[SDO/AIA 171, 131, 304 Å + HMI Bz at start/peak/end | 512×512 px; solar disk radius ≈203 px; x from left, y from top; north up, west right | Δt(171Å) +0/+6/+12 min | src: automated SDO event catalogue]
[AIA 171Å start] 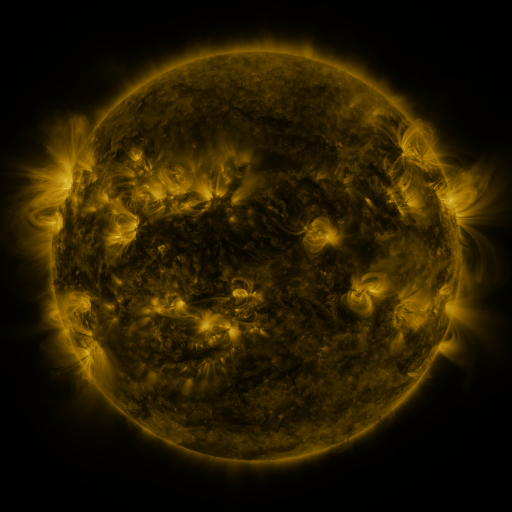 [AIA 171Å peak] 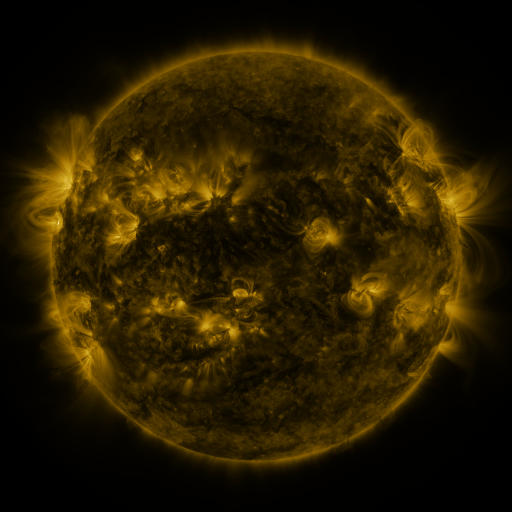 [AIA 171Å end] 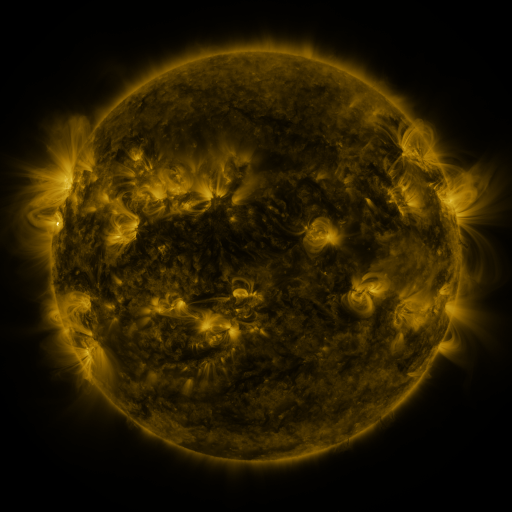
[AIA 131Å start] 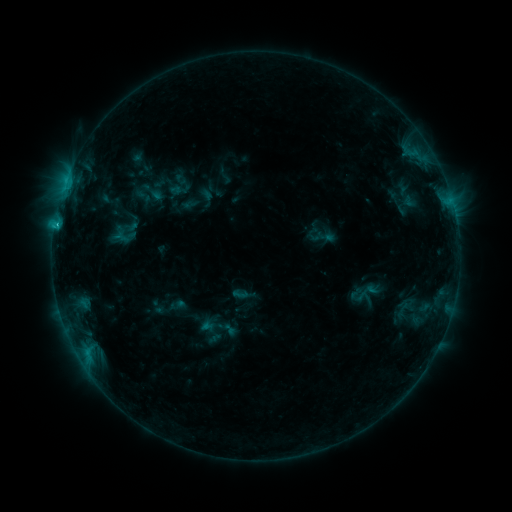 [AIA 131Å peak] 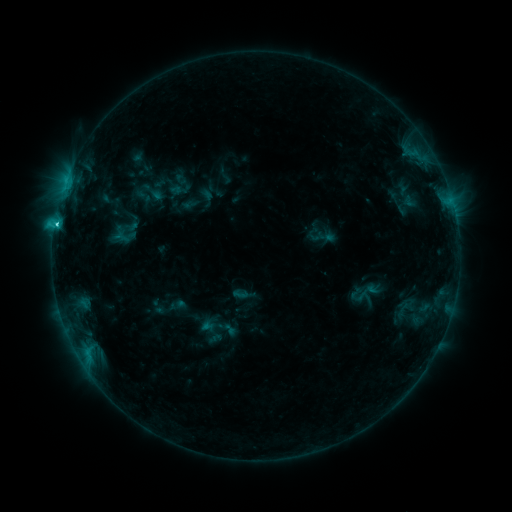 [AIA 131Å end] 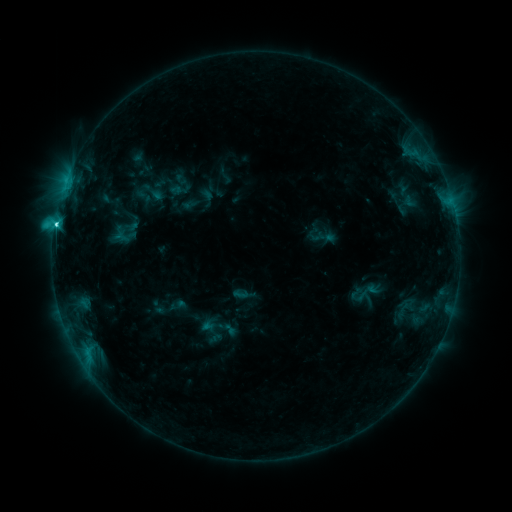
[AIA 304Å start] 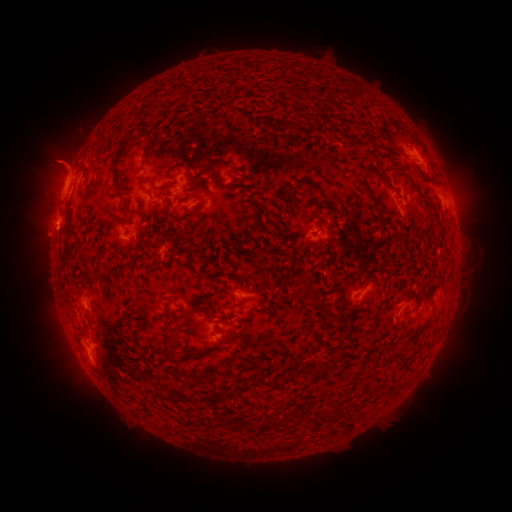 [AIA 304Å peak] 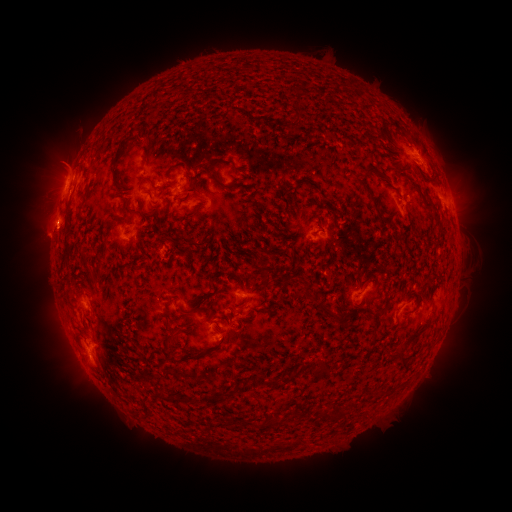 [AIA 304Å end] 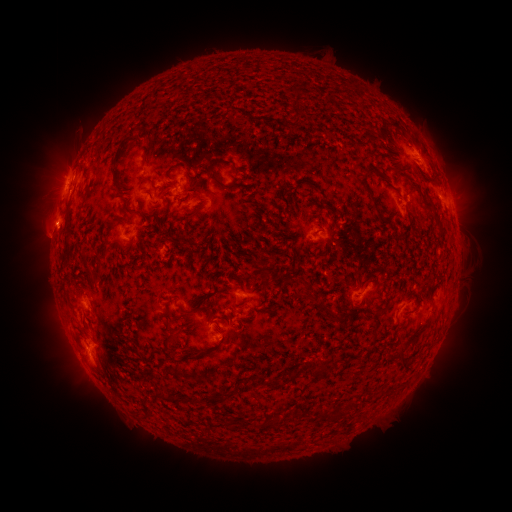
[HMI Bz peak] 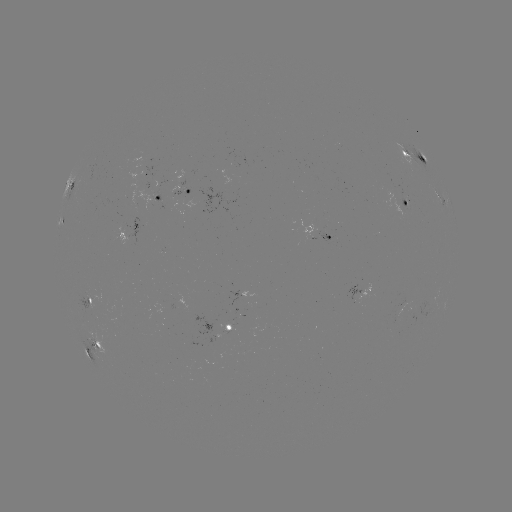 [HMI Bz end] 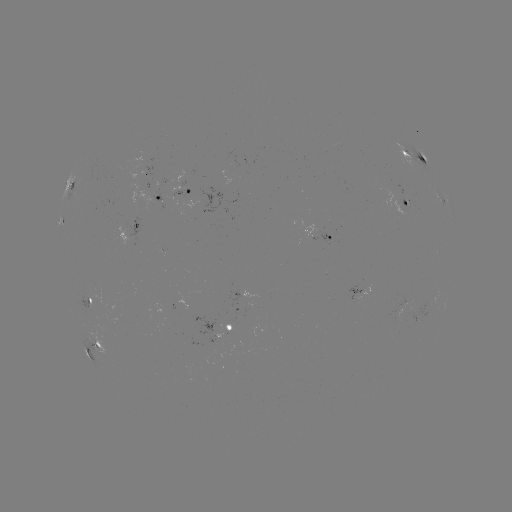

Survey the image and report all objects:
C3.0 flare: (57, 225)
